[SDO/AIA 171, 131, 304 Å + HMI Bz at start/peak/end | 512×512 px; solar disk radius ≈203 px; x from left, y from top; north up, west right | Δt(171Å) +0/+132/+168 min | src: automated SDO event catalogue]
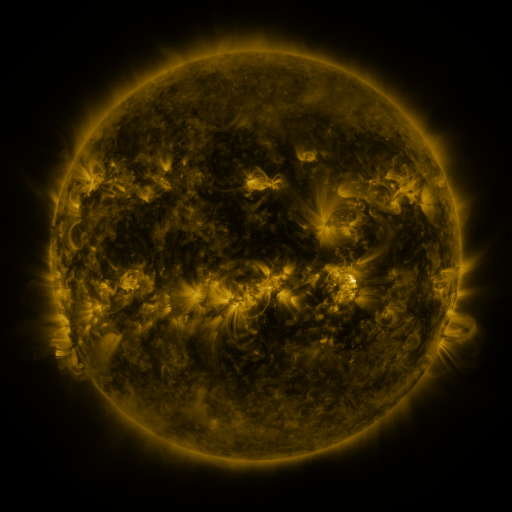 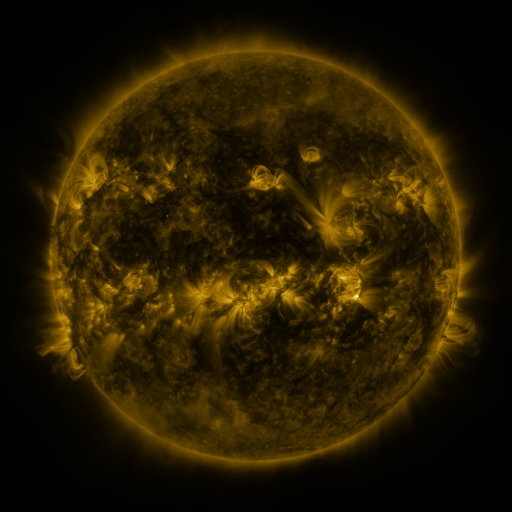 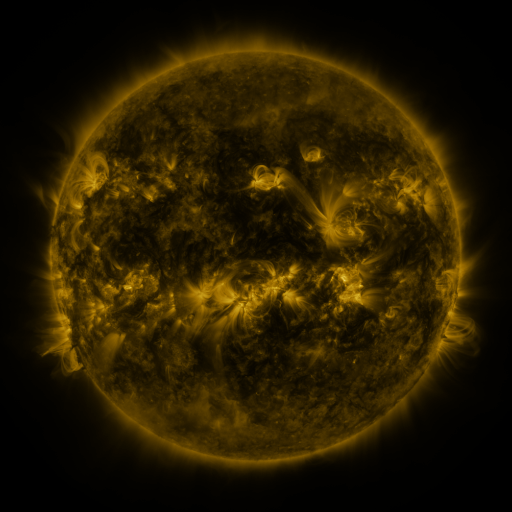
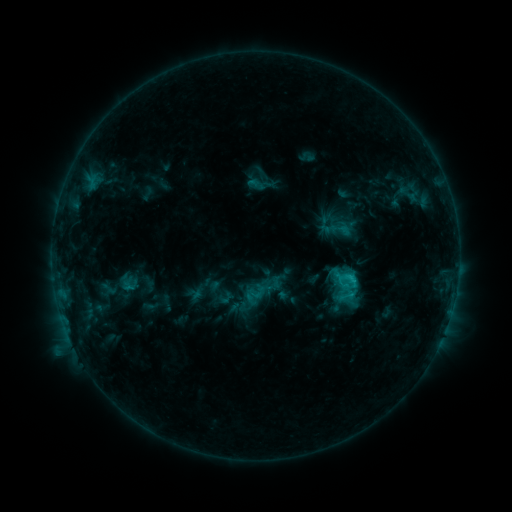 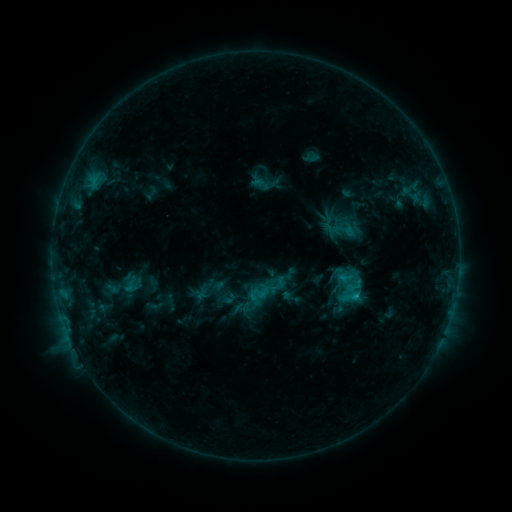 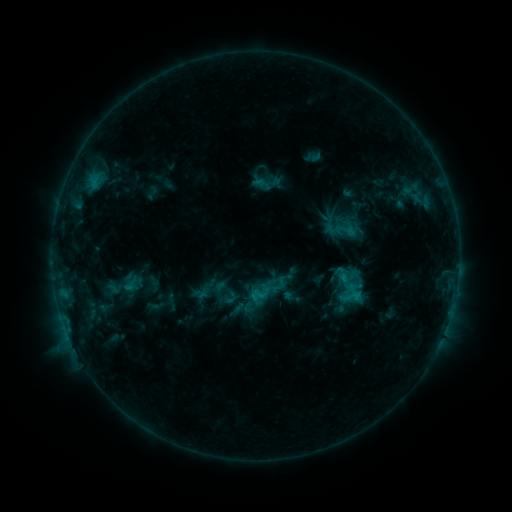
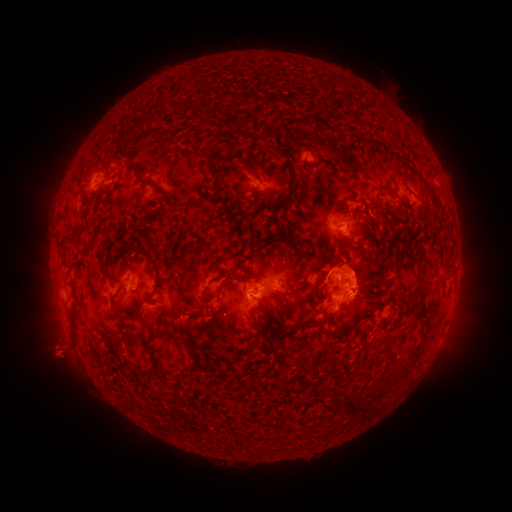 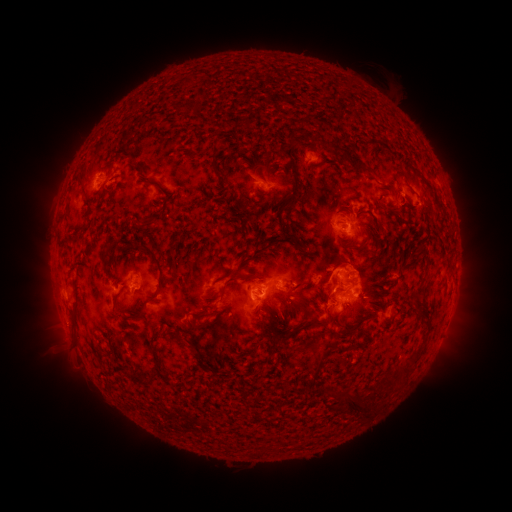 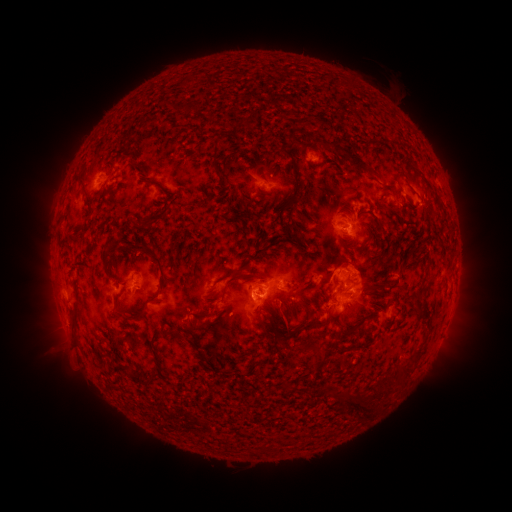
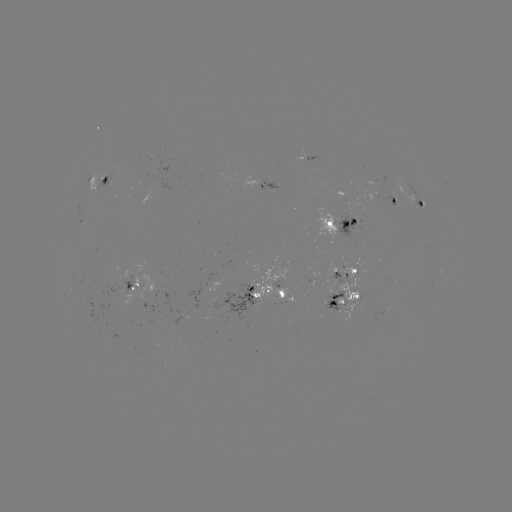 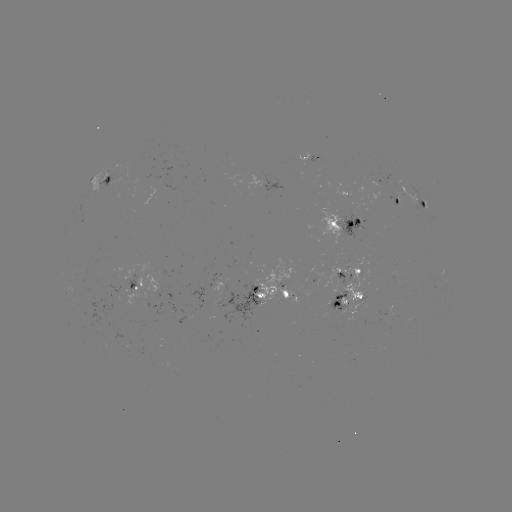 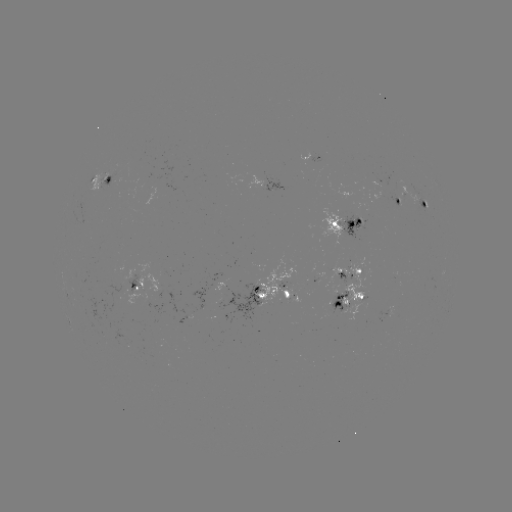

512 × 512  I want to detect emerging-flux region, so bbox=[119, 339, 130, 347].